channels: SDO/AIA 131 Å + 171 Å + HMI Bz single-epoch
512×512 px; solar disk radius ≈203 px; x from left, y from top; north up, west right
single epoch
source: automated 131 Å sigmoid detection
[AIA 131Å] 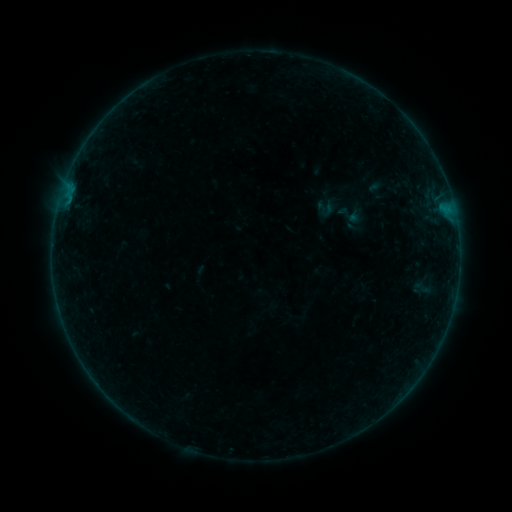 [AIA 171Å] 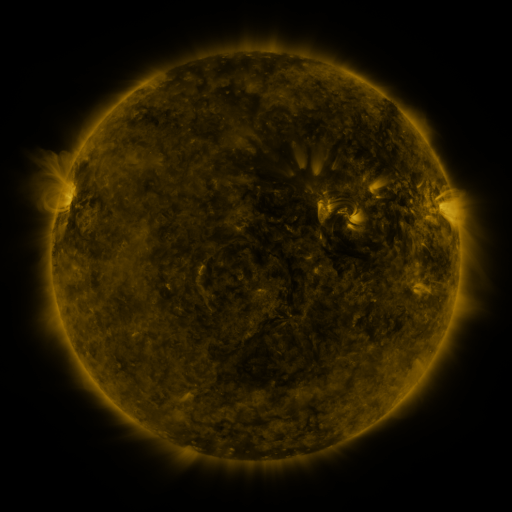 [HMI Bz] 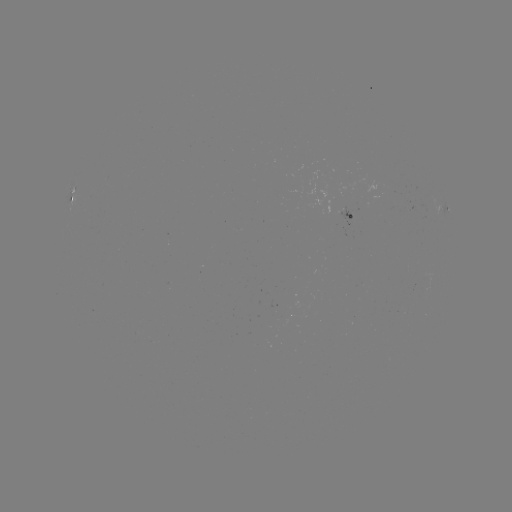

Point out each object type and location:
sigmoid: (325, 208)
